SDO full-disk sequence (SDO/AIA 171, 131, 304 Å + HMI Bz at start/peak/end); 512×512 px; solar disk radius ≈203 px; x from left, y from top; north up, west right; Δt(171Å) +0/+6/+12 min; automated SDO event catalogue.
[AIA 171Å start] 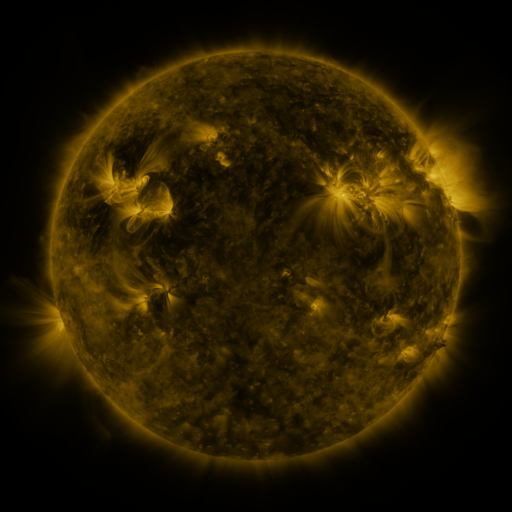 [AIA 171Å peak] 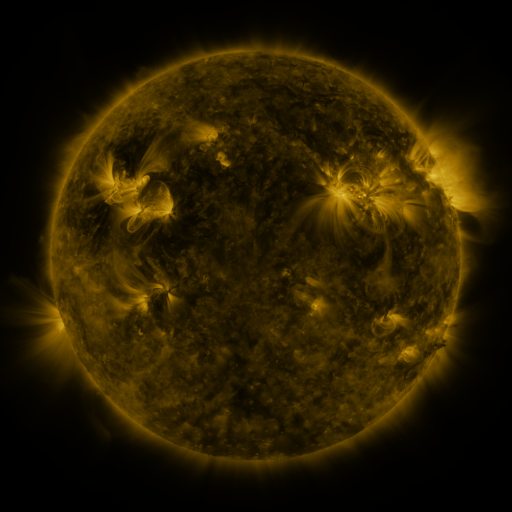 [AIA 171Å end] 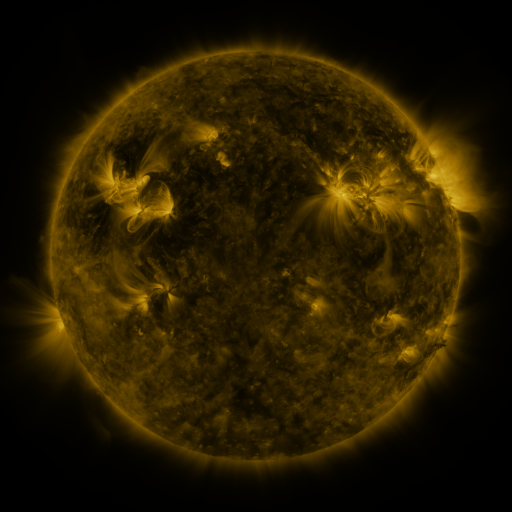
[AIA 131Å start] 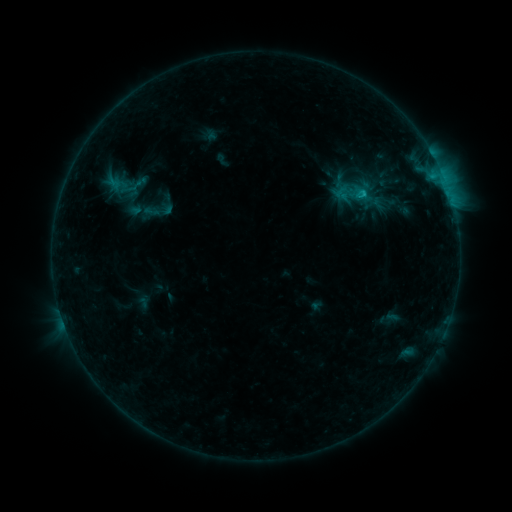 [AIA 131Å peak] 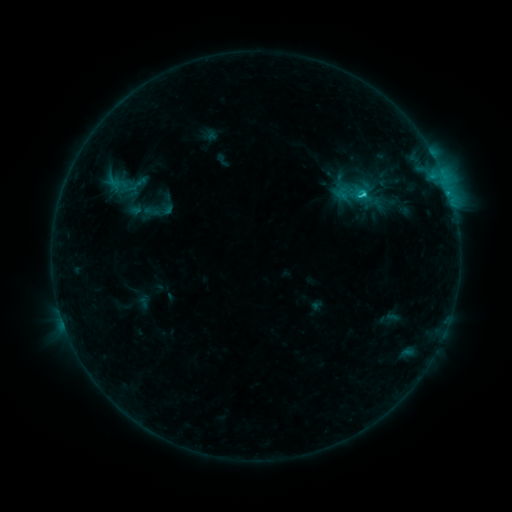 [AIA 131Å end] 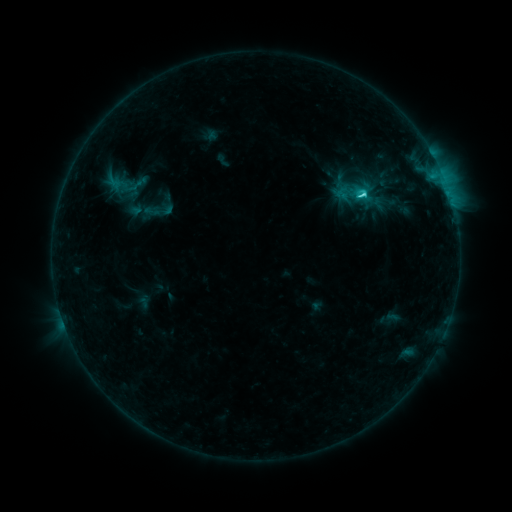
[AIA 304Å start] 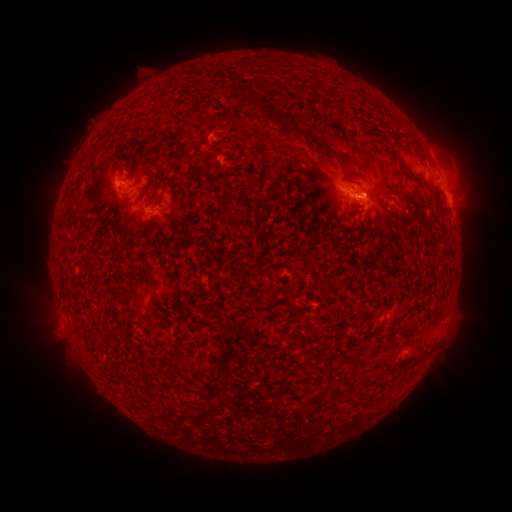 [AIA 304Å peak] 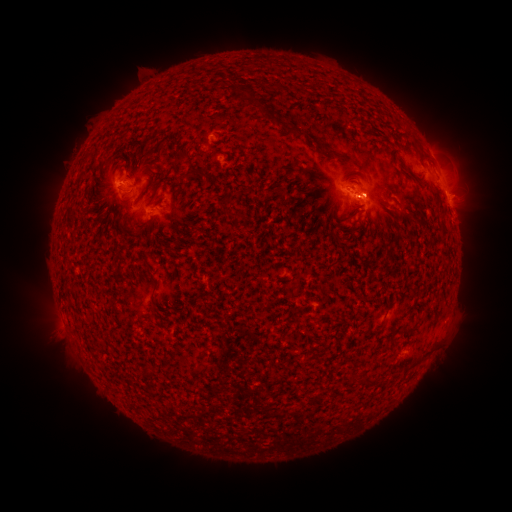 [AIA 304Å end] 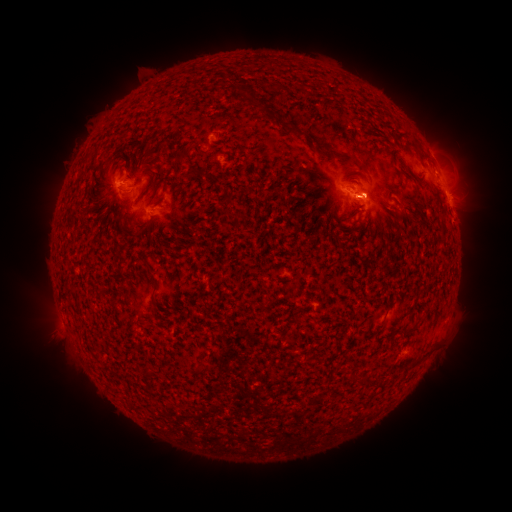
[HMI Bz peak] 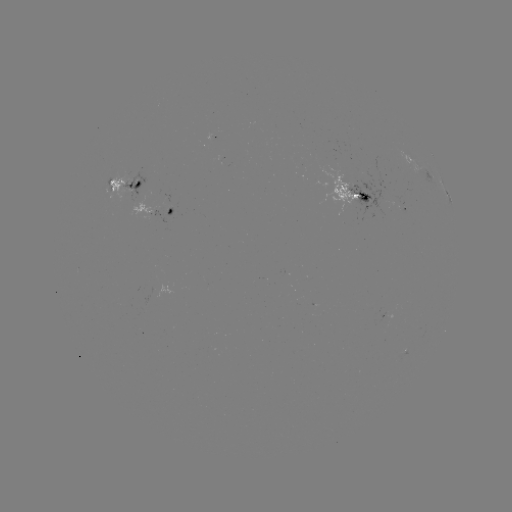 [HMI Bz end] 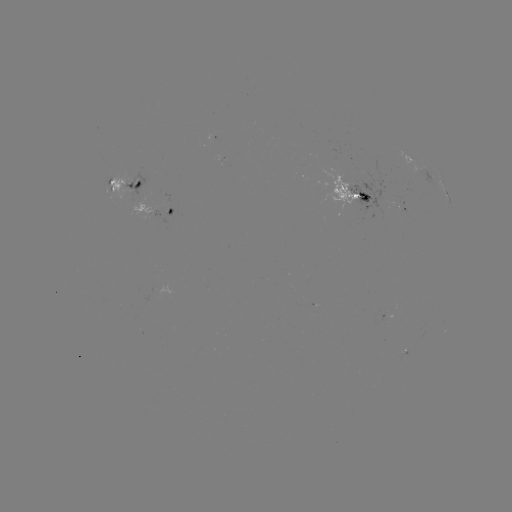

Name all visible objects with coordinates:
C3.5 flare: (361, 197)
